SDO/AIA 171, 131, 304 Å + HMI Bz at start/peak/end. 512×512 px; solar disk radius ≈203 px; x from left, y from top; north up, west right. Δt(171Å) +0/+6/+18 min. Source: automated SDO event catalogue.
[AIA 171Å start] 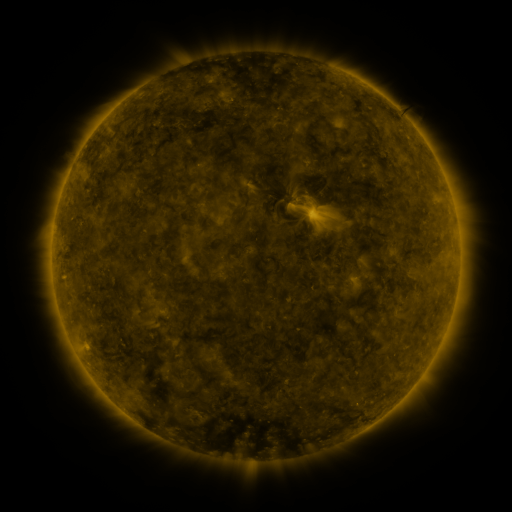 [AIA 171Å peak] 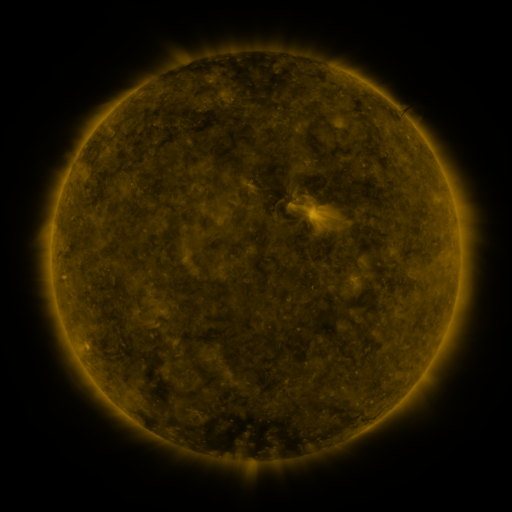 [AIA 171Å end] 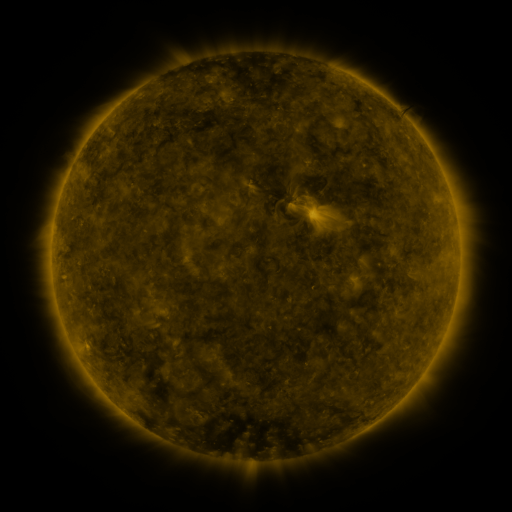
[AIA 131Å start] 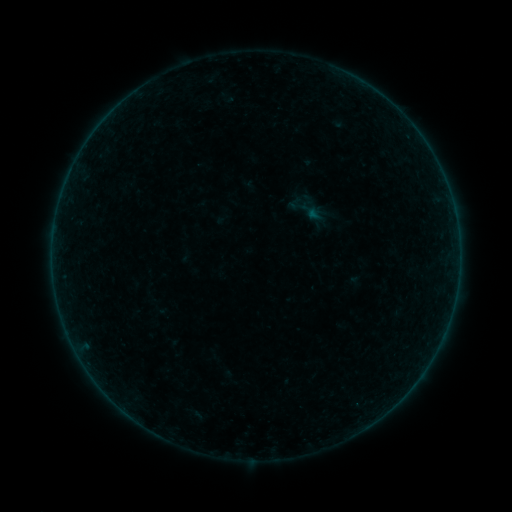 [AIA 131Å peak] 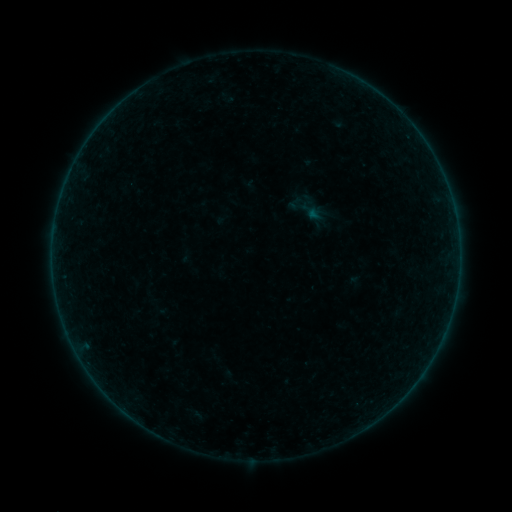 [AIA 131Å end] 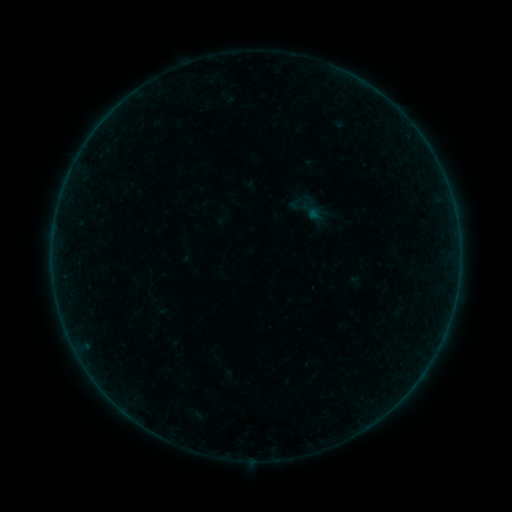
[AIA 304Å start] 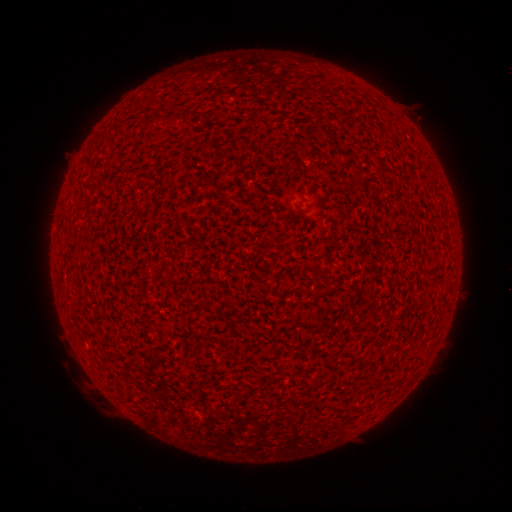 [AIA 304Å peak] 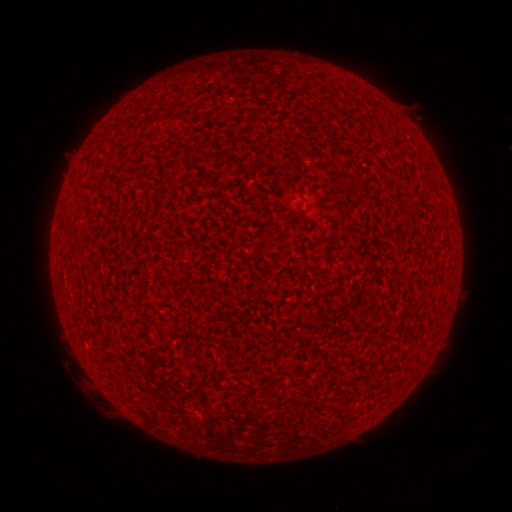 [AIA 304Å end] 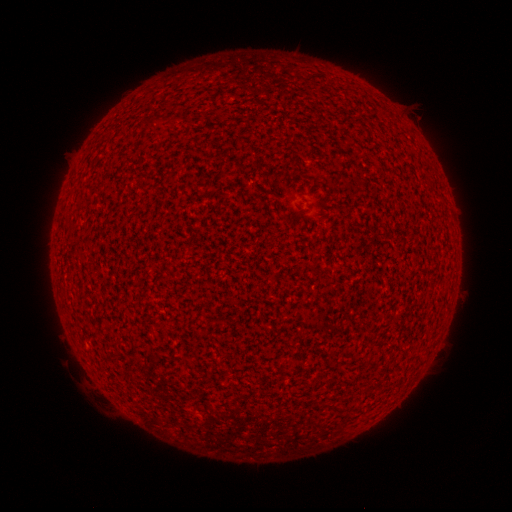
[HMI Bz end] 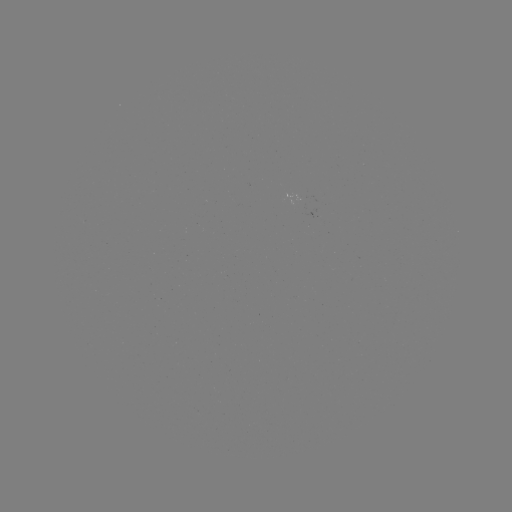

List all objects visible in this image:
A1.1 flare: (87, 344)
